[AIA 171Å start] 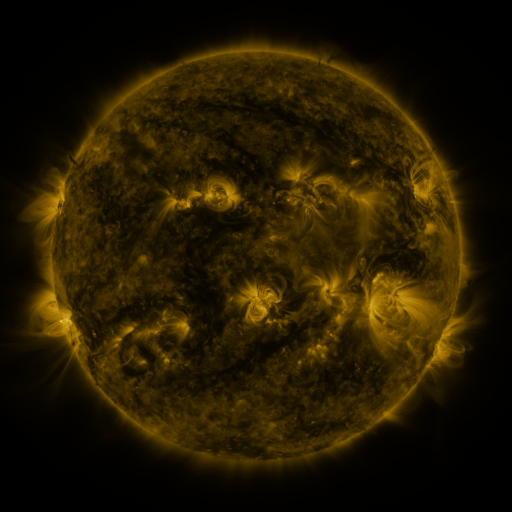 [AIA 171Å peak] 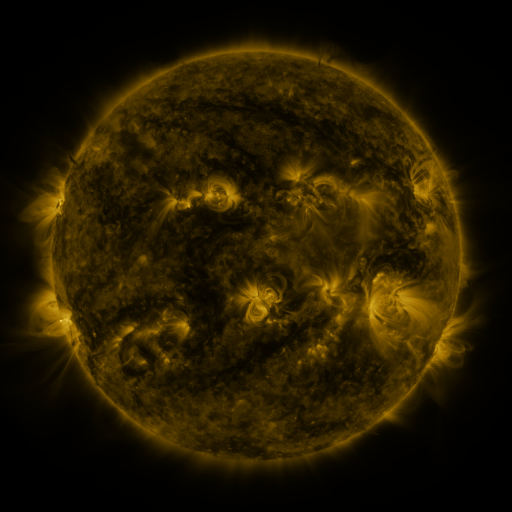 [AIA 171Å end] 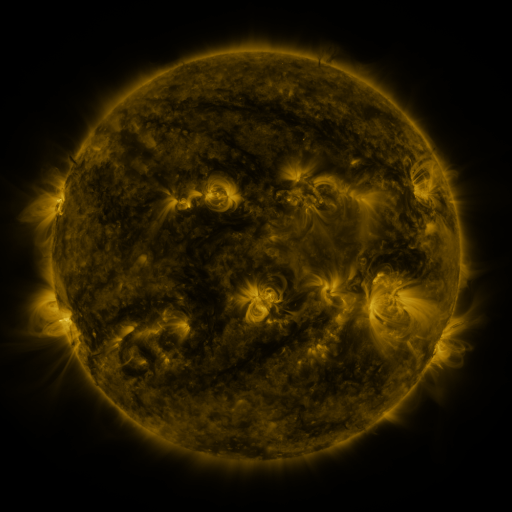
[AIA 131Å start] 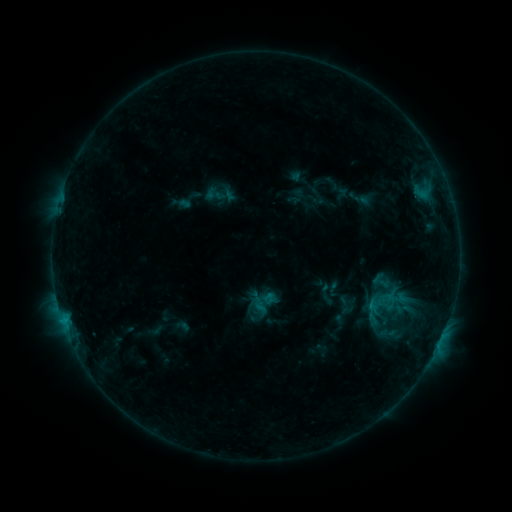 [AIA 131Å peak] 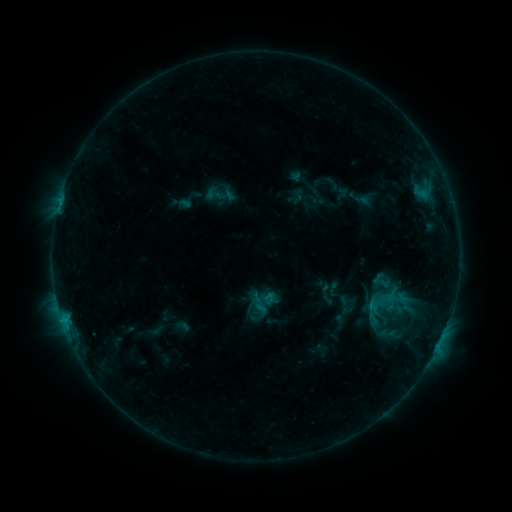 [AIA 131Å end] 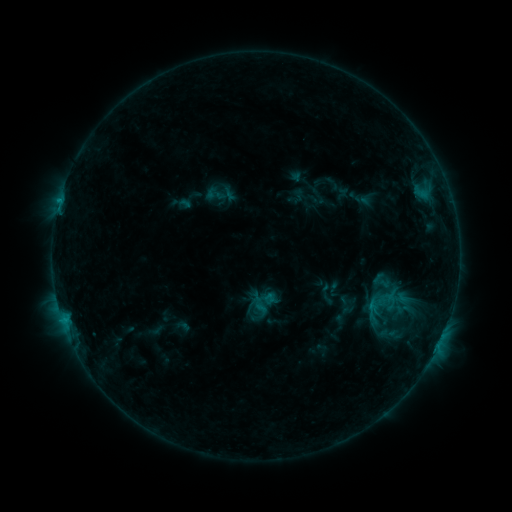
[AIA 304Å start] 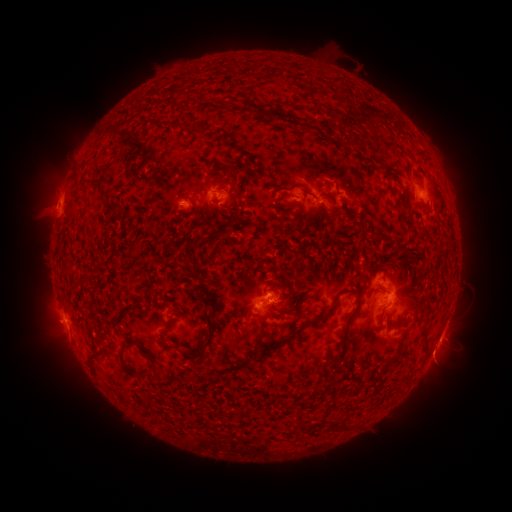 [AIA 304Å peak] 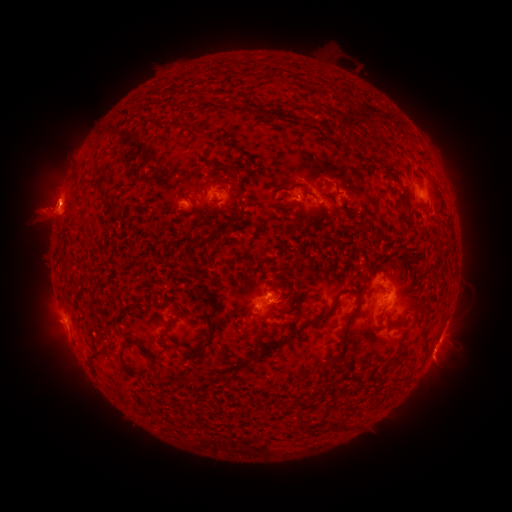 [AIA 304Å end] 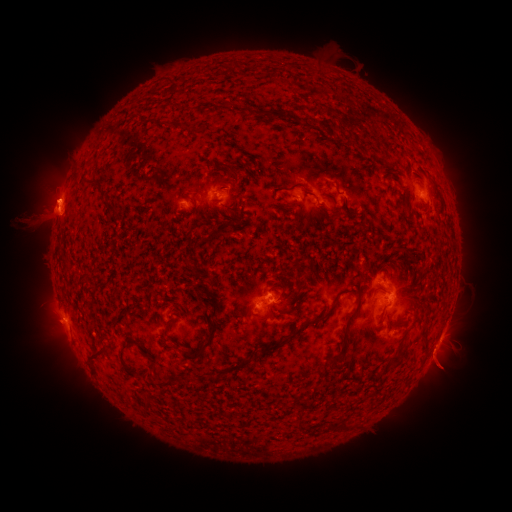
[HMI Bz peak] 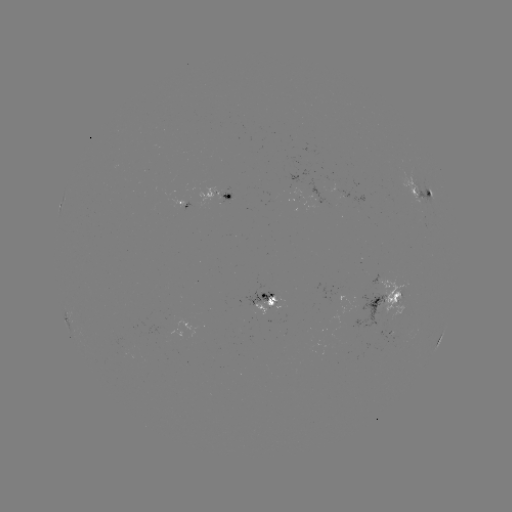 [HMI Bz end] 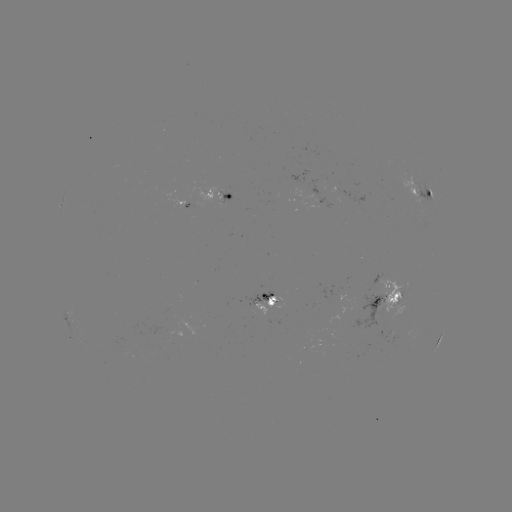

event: eruption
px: (44, 209)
